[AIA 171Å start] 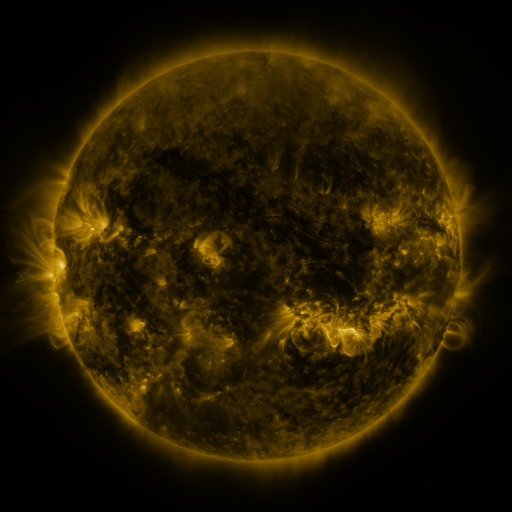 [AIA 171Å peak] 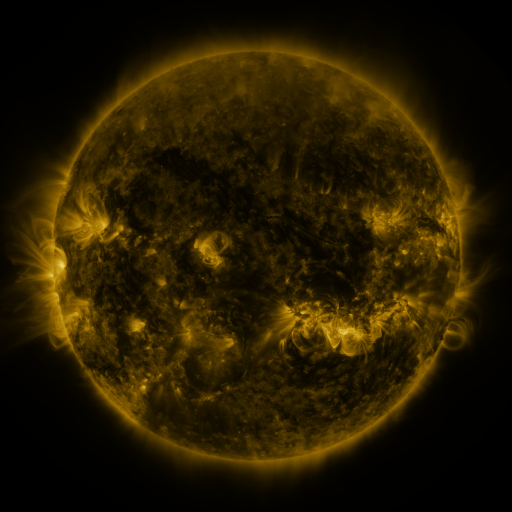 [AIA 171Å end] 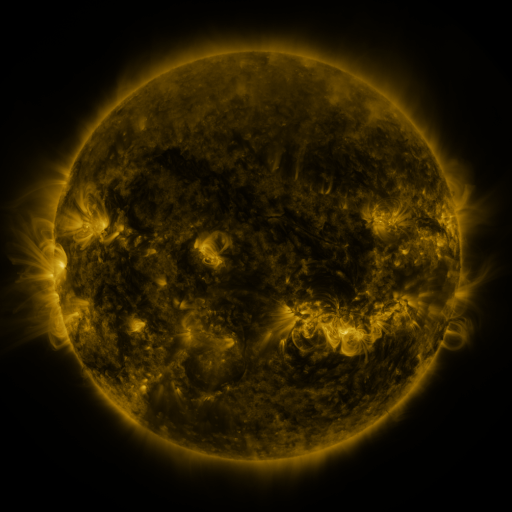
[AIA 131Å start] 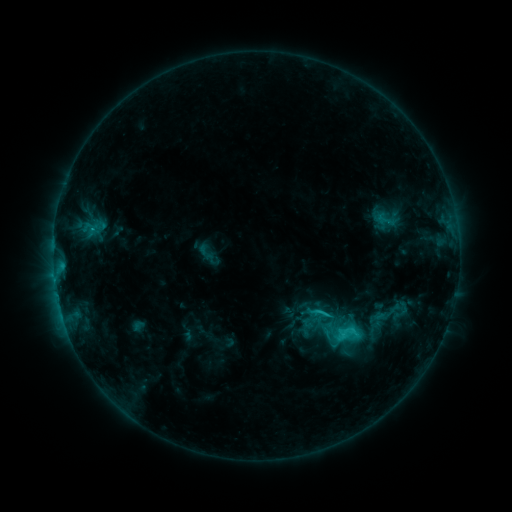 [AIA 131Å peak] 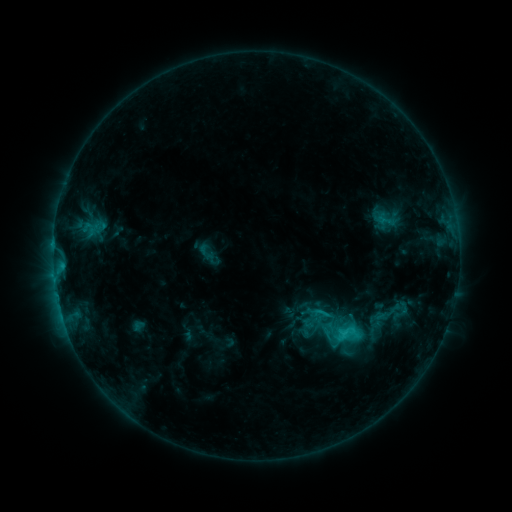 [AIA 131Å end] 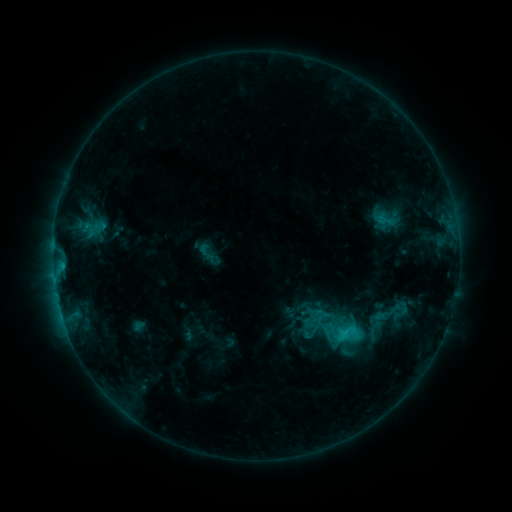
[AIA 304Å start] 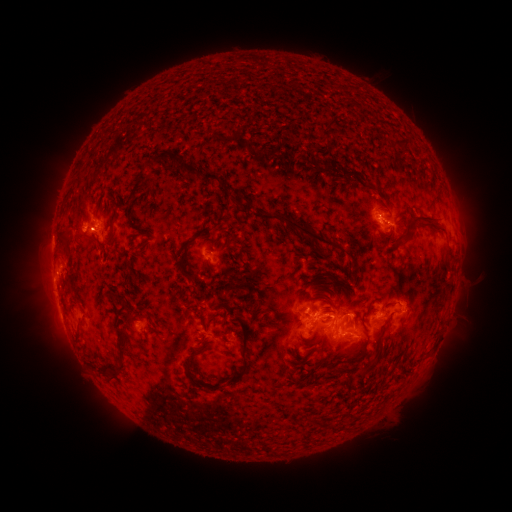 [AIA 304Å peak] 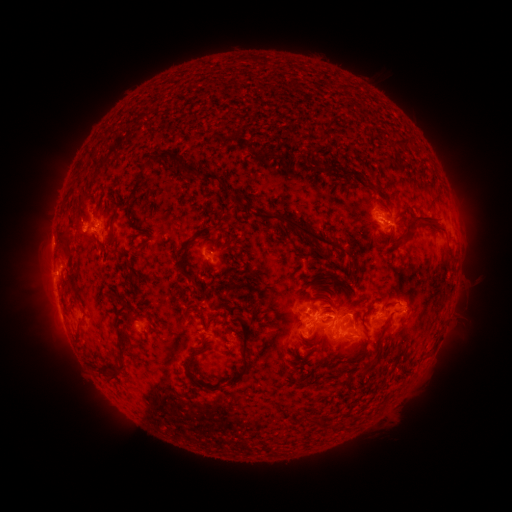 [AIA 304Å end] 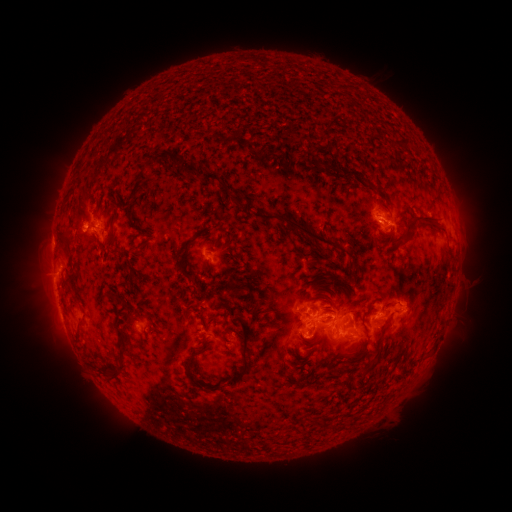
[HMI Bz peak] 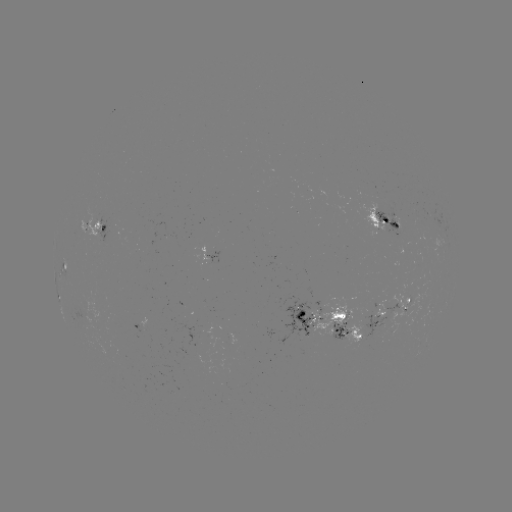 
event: eruption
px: (51, 241)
